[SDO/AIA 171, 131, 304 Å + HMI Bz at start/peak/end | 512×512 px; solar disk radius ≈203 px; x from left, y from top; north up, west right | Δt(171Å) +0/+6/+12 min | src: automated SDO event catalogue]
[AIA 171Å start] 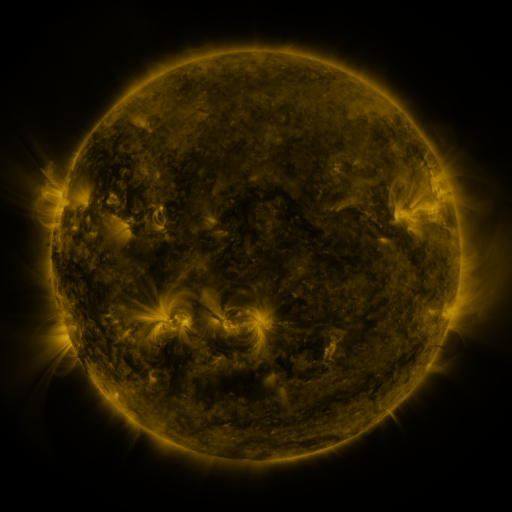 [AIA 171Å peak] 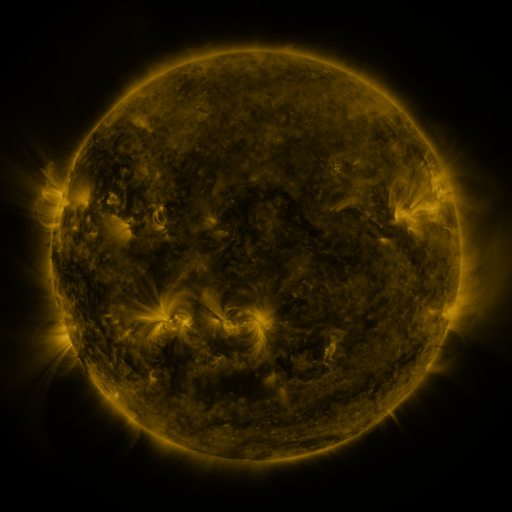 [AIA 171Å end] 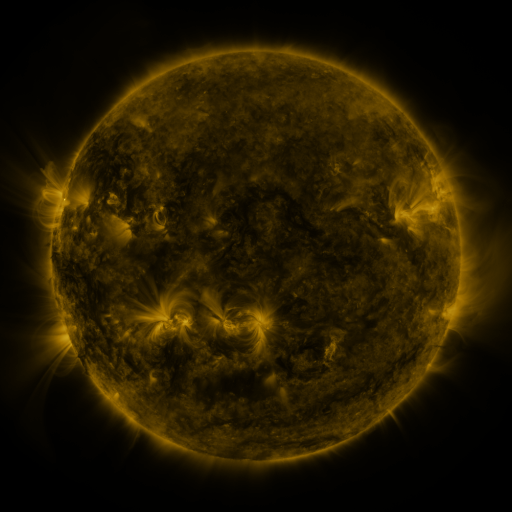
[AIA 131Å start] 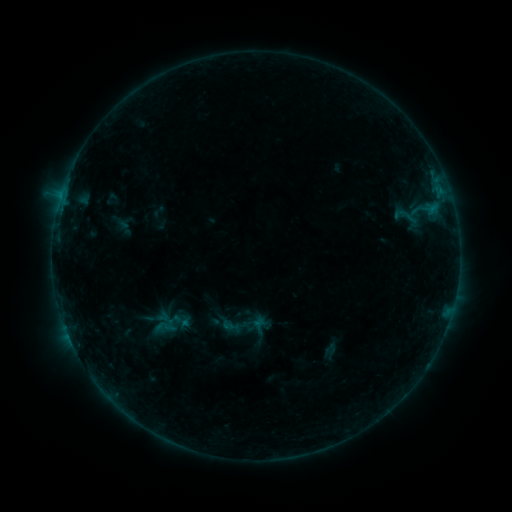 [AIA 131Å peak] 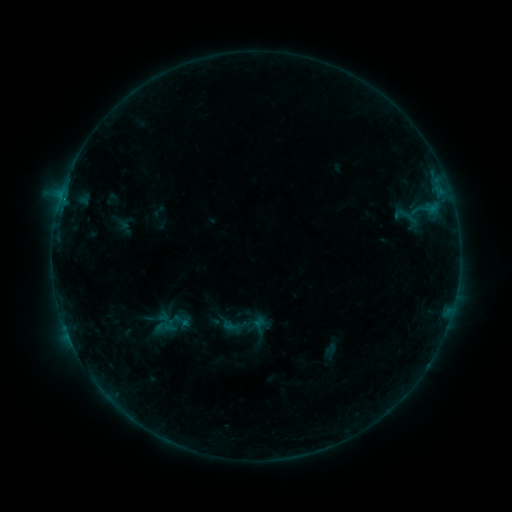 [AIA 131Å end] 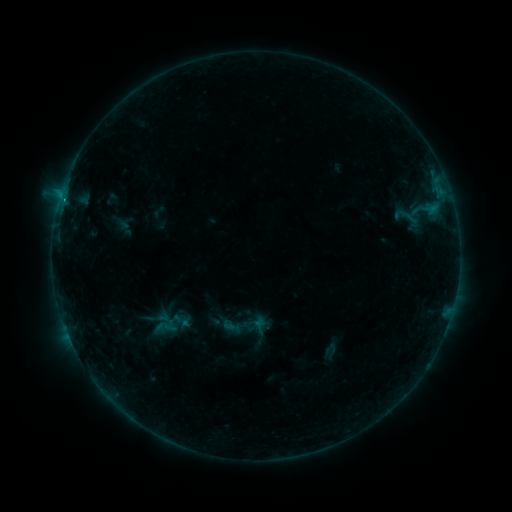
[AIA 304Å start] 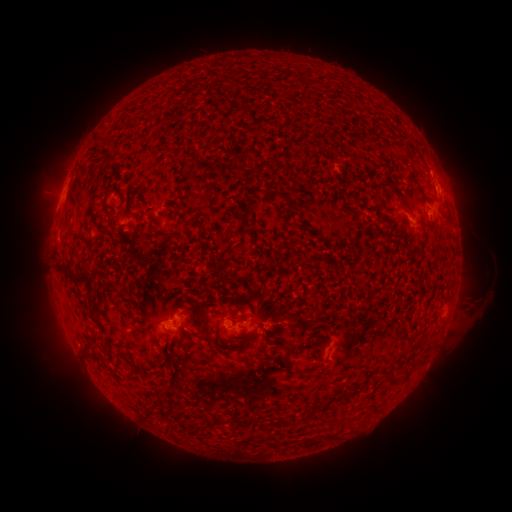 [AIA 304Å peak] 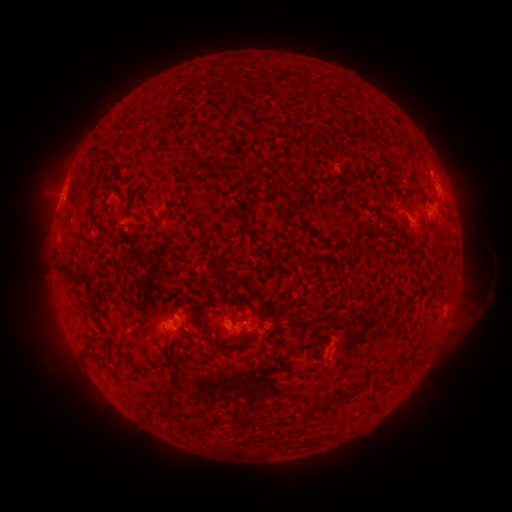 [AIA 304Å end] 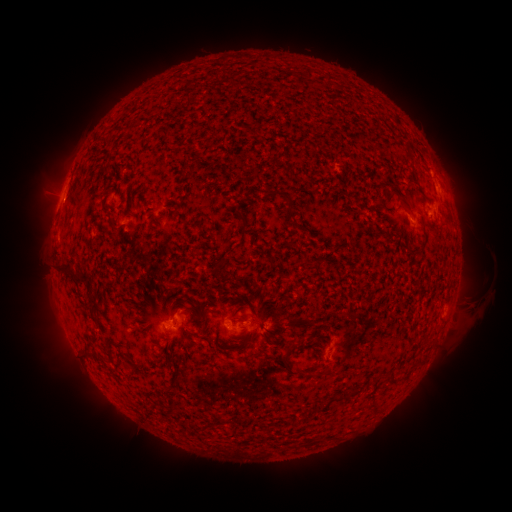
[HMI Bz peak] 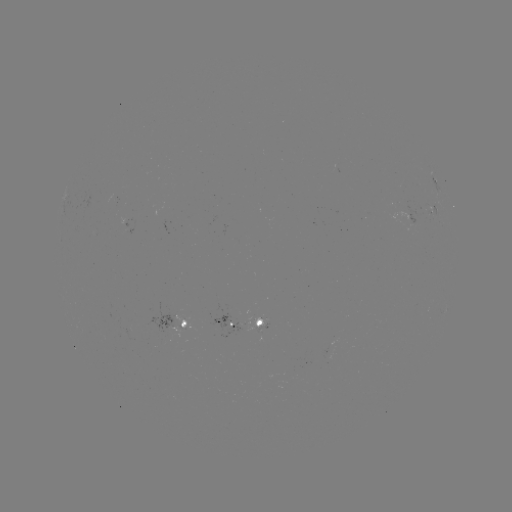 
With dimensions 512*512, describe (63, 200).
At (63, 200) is B4.2 flare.